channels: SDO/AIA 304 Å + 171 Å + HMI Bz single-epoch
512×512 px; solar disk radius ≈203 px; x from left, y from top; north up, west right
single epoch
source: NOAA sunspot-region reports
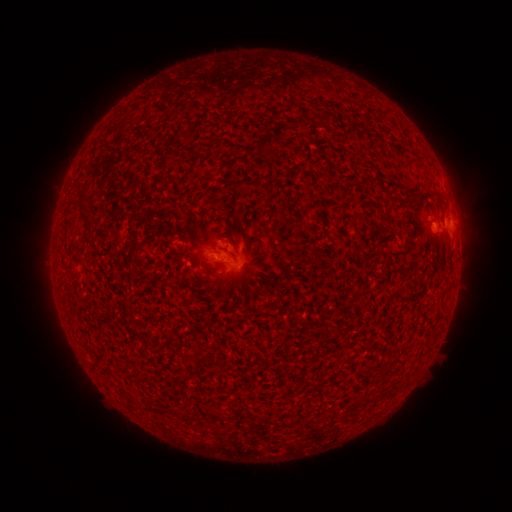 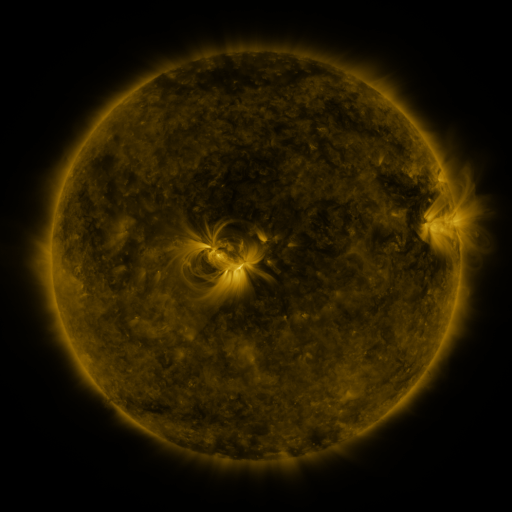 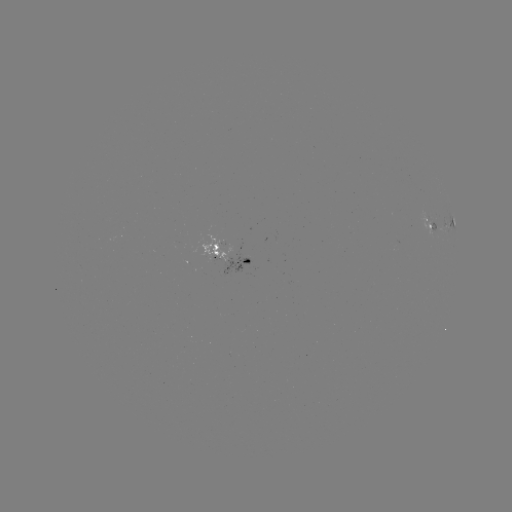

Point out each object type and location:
spotted active region: (439, 219)
spotted active region: (231, 256)
